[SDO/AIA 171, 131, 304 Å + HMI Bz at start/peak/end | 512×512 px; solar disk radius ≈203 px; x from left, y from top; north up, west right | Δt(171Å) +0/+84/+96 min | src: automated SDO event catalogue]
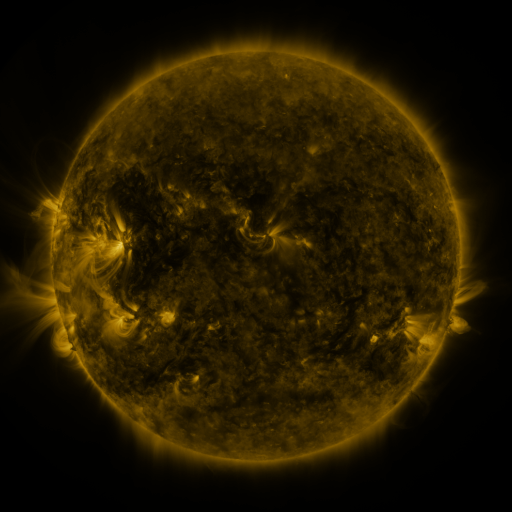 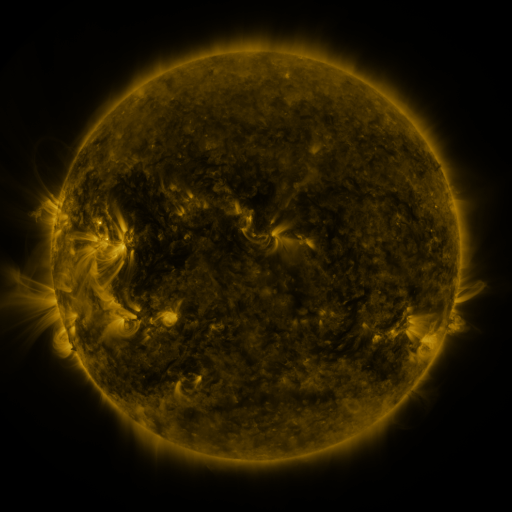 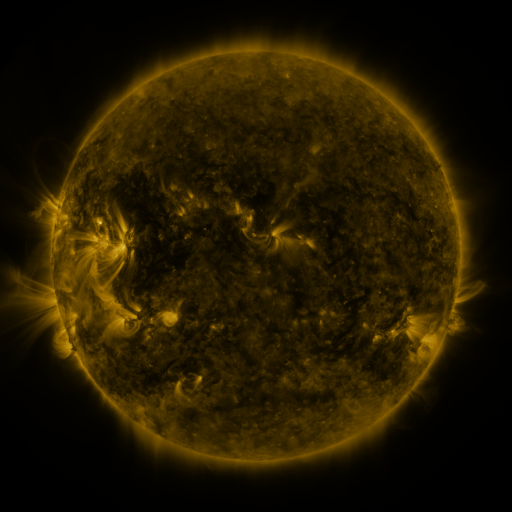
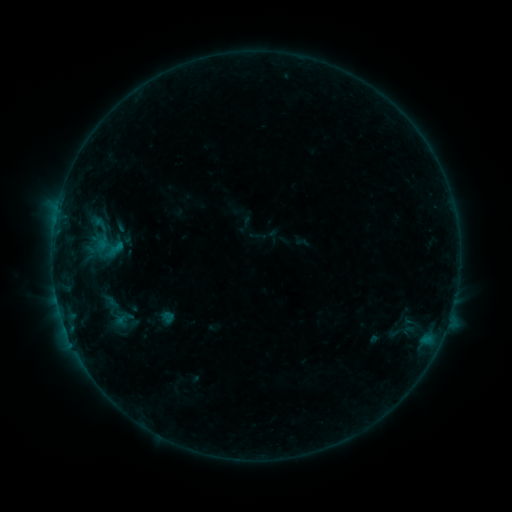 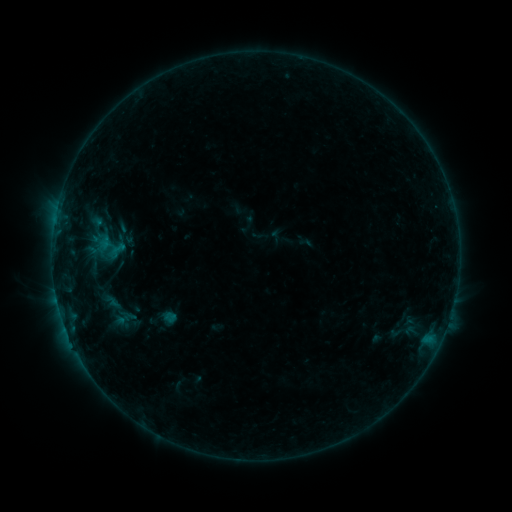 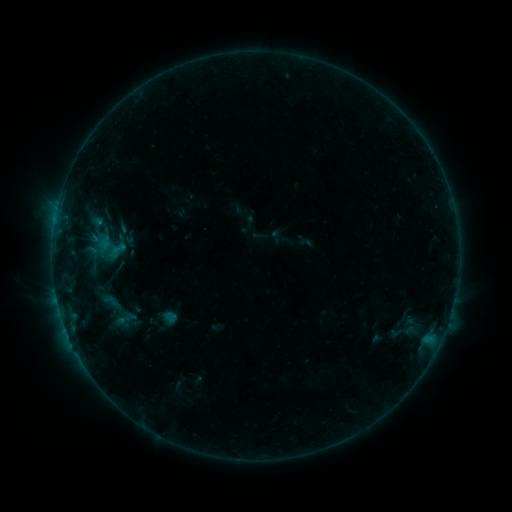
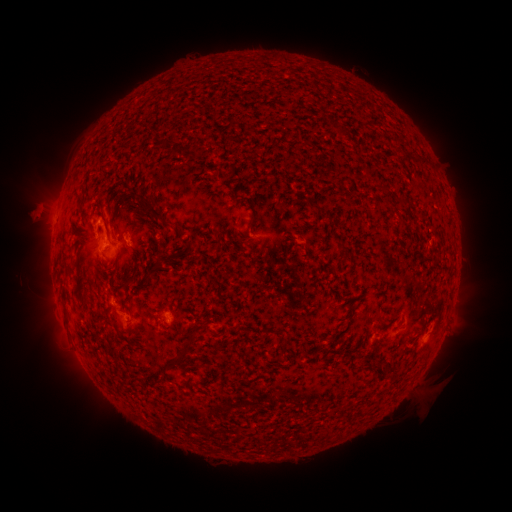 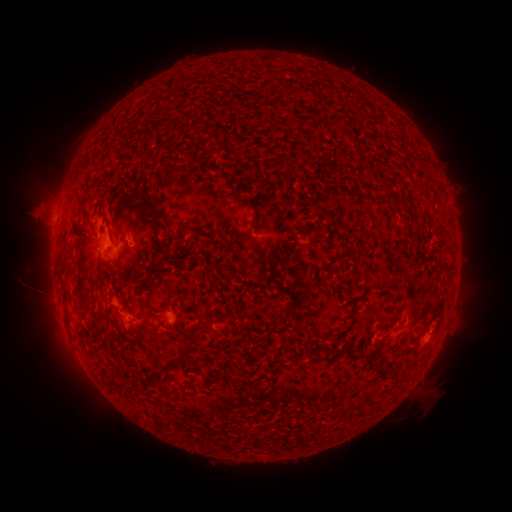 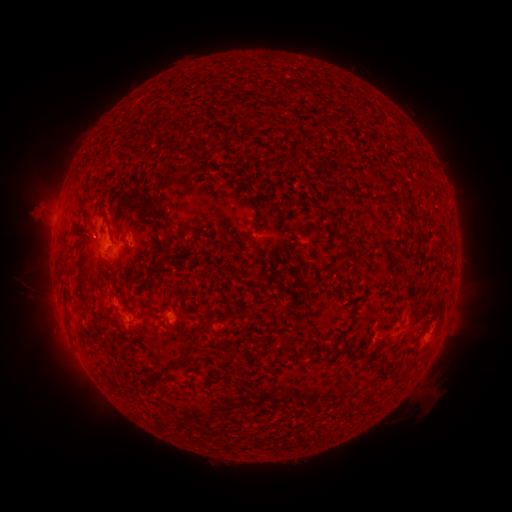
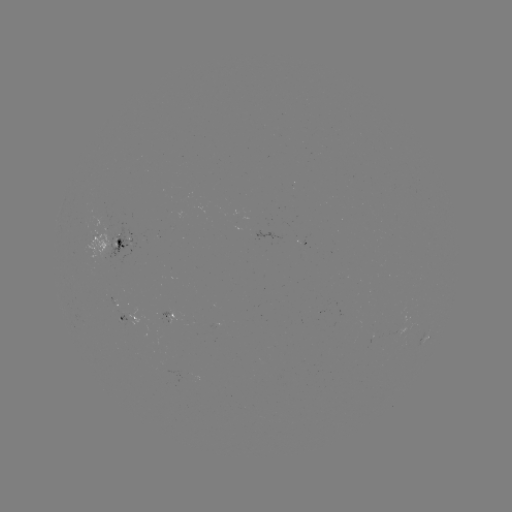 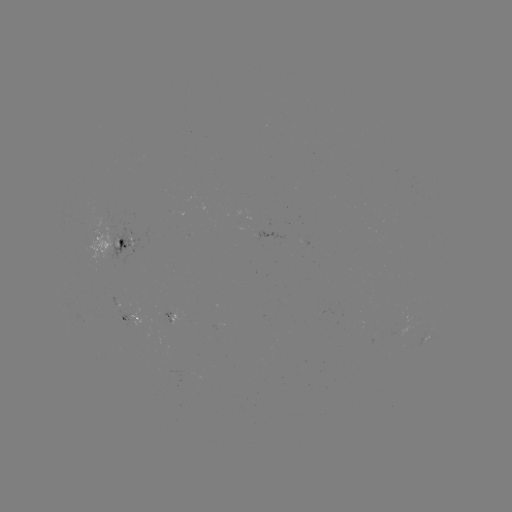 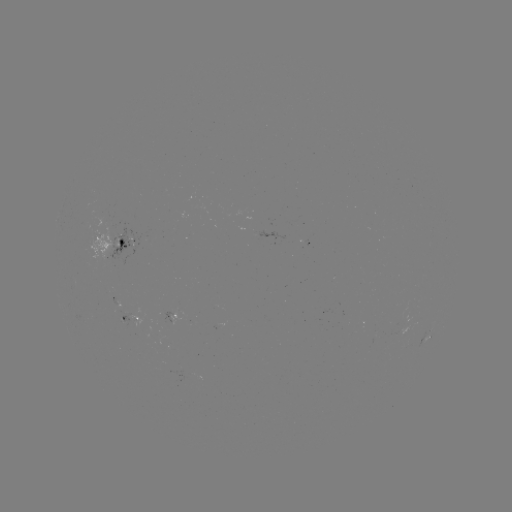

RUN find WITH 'emerging-flux region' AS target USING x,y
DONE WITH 106,222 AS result